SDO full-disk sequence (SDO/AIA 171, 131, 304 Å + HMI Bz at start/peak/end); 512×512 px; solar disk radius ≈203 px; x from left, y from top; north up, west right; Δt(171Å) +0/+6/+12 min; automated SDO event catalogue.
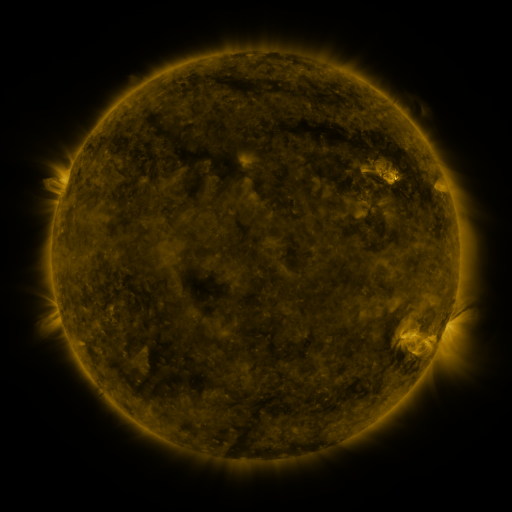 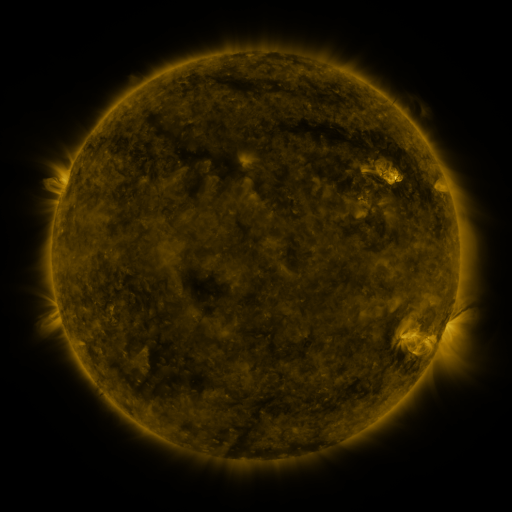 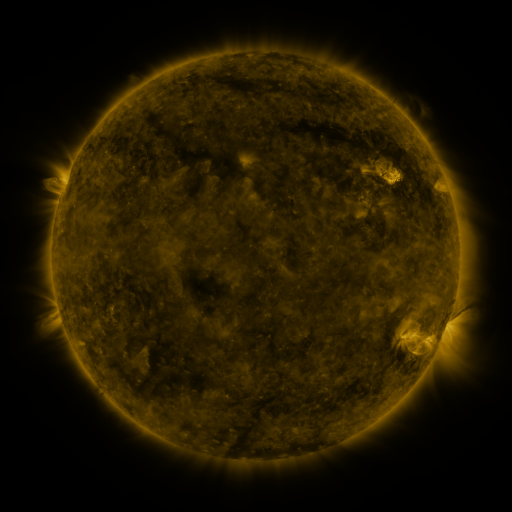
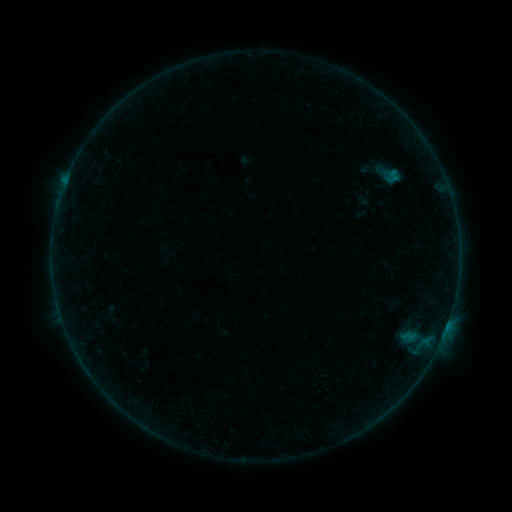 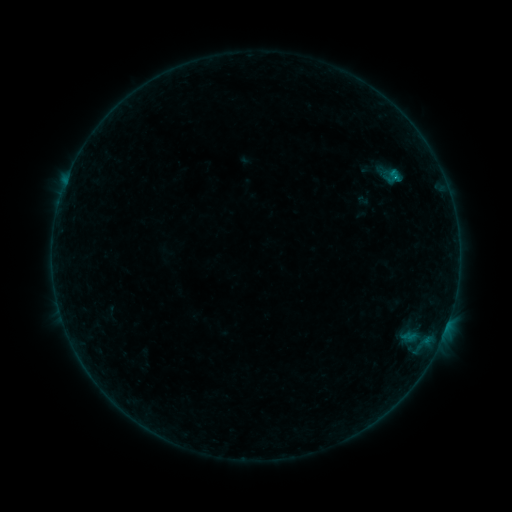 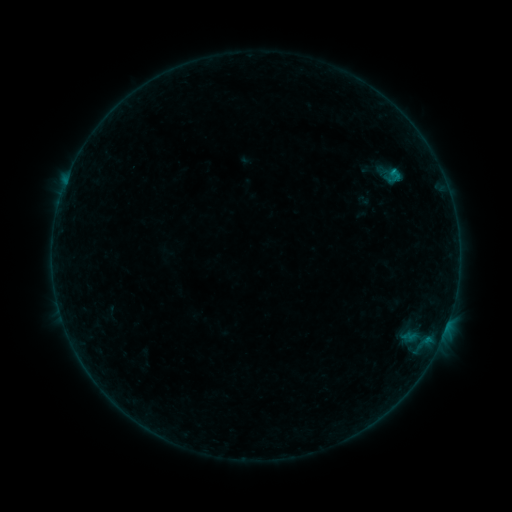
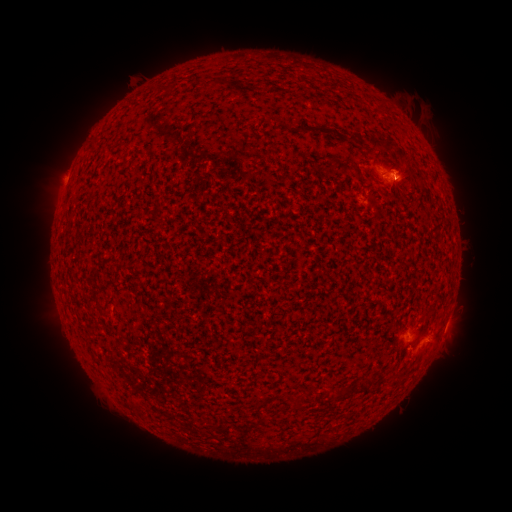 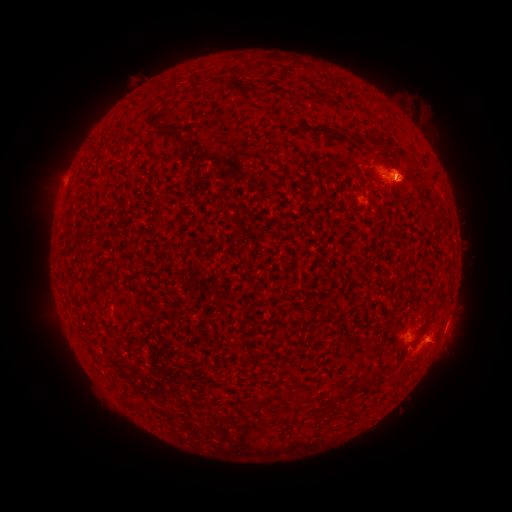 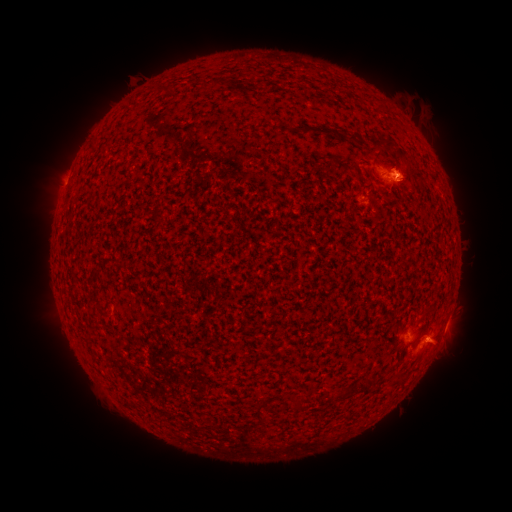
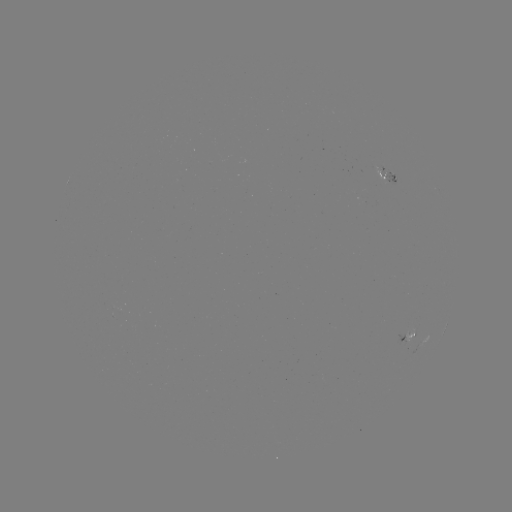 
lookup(eruption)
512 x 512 [408, 172]